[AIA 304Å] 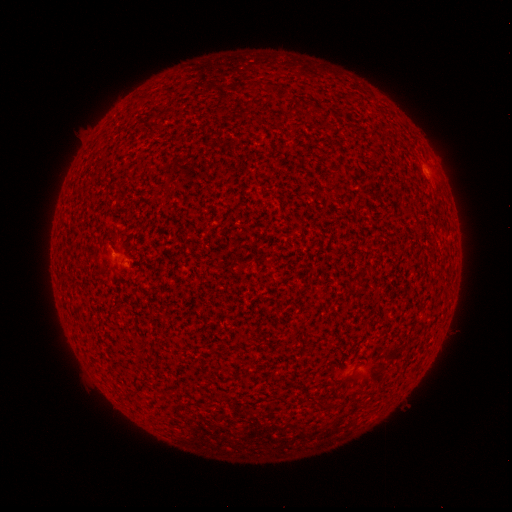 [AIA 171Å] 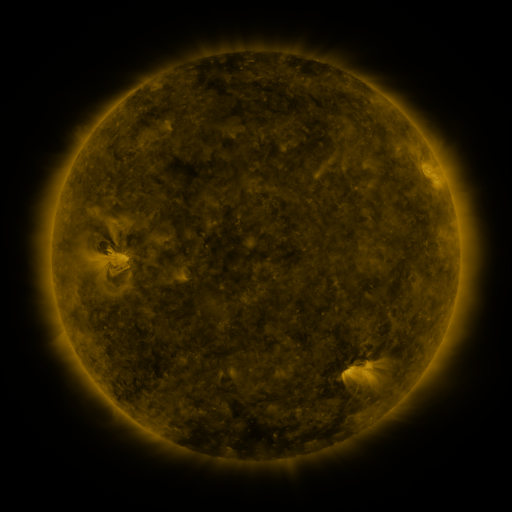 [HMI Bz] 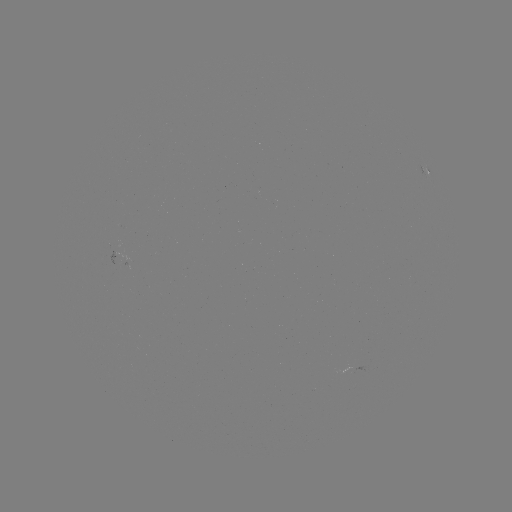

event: spotted active region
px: (427, 174)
